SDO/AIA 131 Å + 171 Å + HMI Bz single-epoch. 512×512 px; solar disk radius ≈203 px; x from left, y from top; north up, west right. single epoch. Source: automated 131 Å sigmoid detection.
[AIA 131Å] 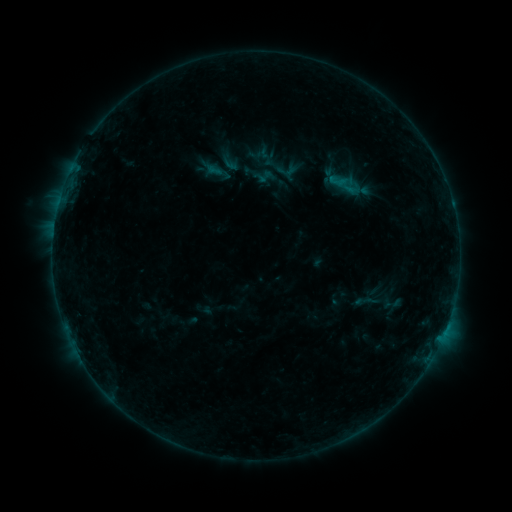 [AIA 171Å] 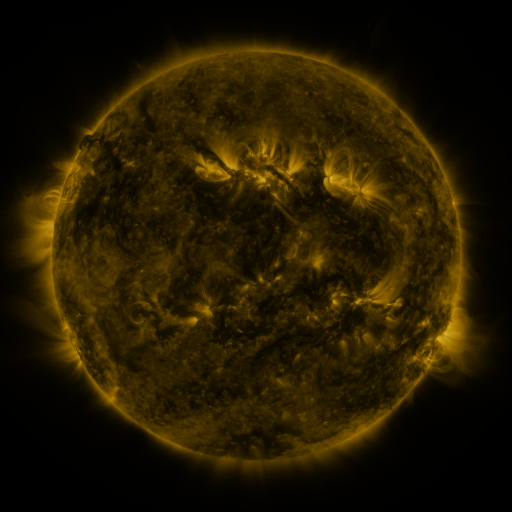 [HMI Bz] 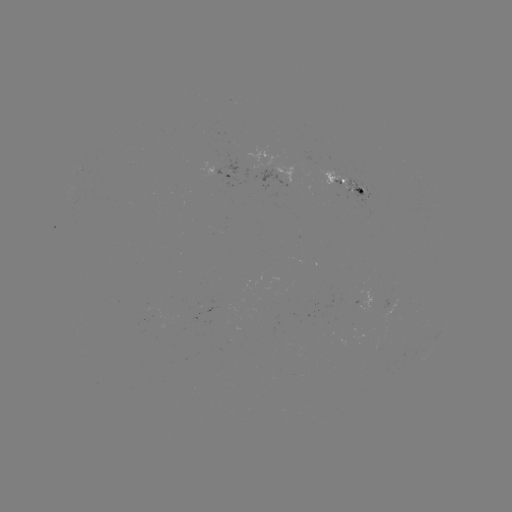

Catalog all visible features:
sigmoid: (393, 304)
